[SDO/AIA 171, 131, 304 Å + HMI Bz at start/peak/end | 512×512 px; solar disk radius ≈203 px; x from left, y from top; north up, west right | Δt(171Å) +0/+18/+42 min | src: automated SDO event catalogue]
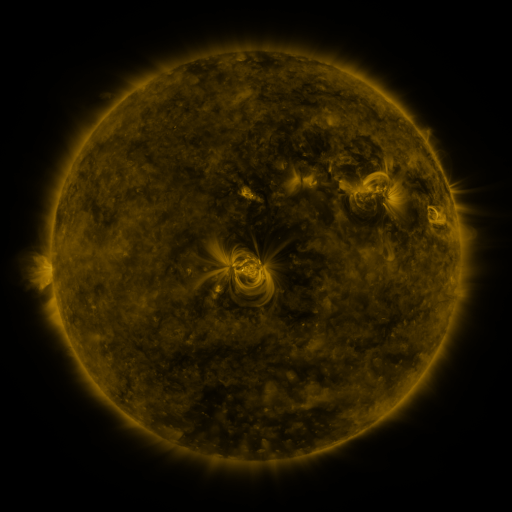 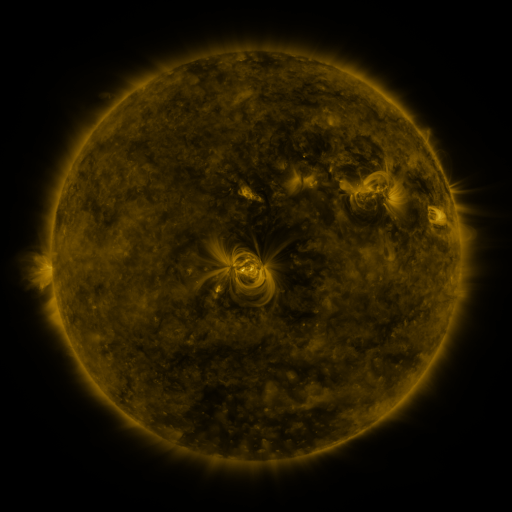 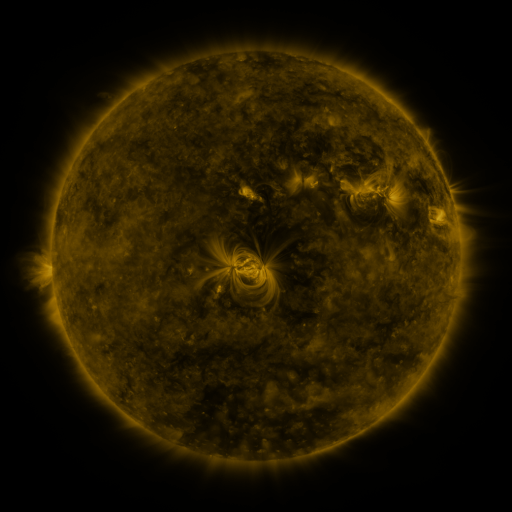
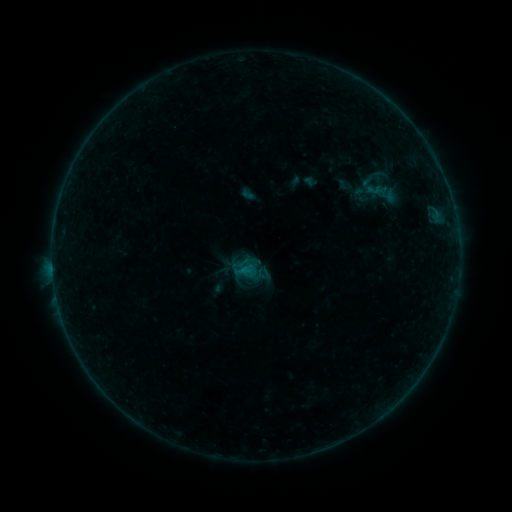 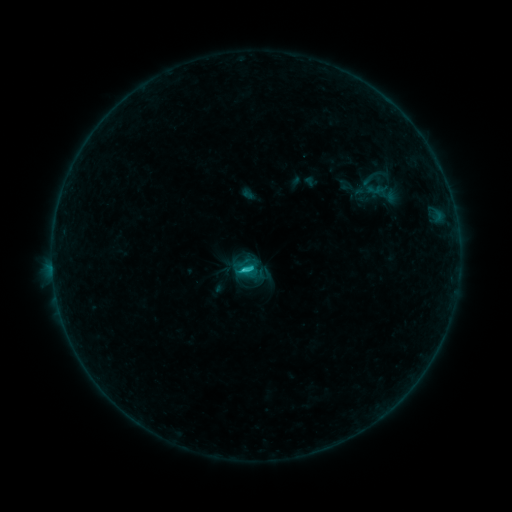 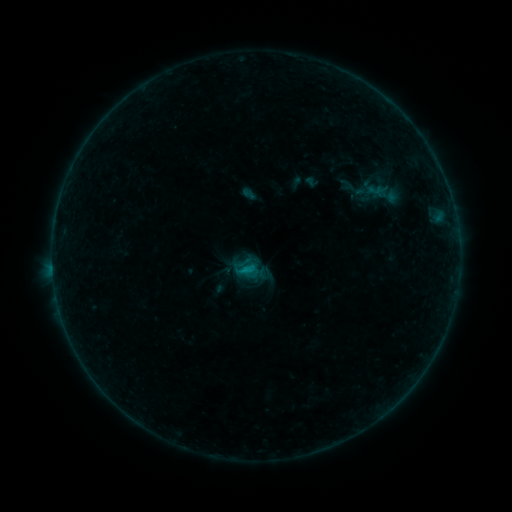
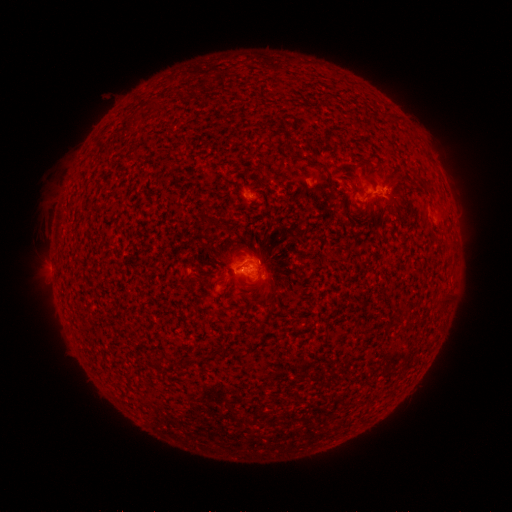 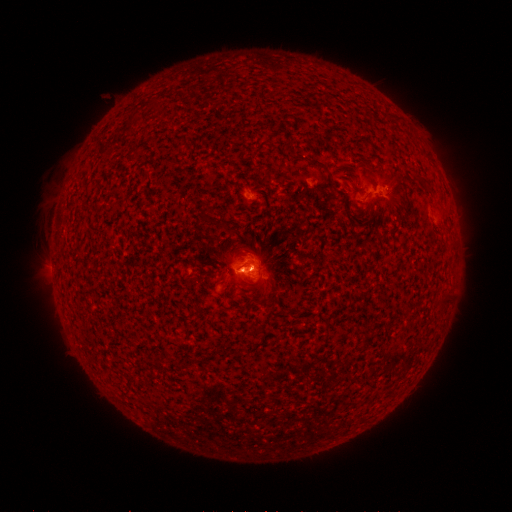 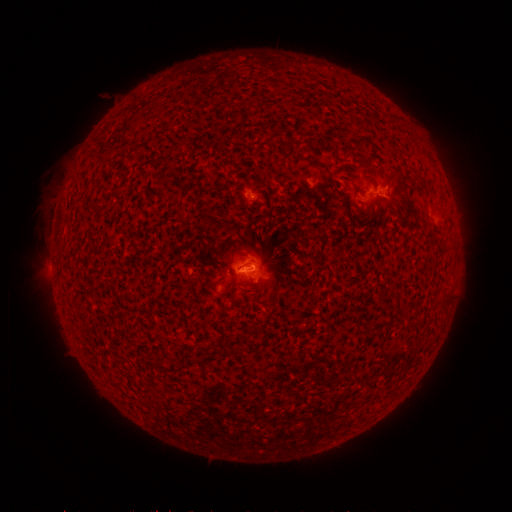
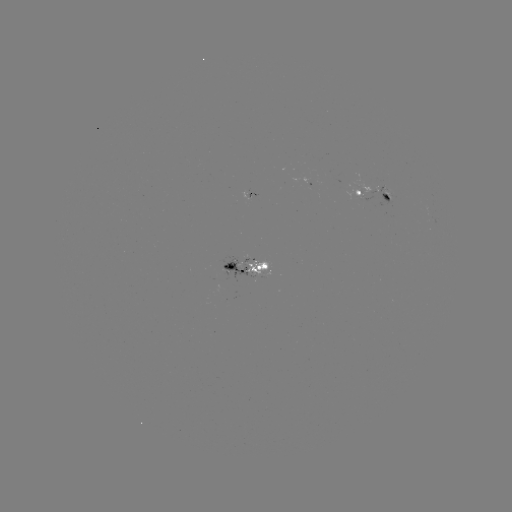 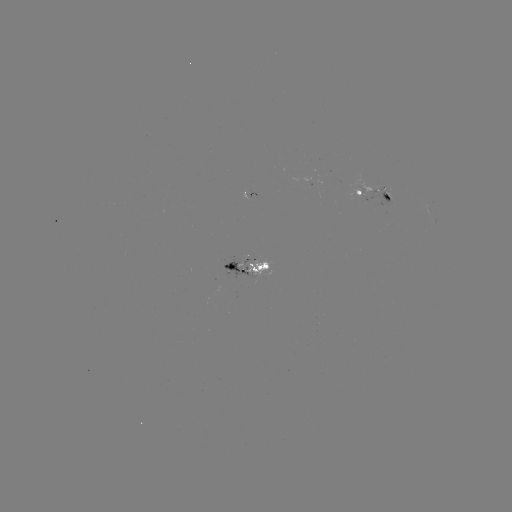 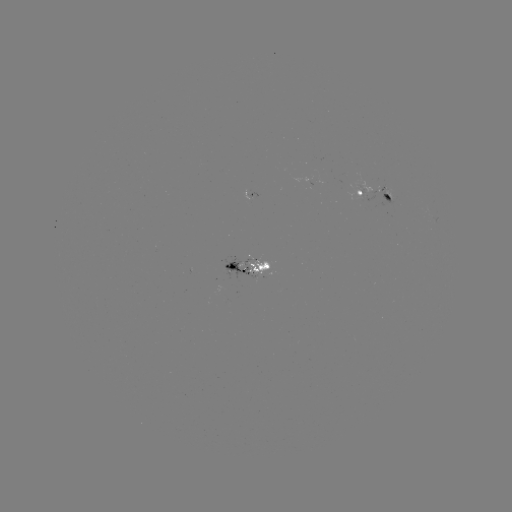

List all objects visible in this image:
C1.2 flare: (245, 268)
